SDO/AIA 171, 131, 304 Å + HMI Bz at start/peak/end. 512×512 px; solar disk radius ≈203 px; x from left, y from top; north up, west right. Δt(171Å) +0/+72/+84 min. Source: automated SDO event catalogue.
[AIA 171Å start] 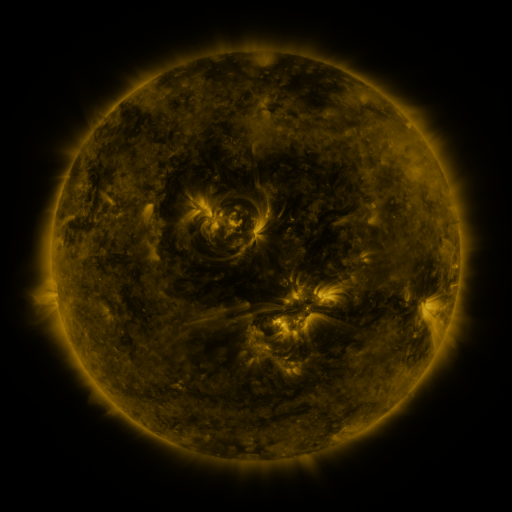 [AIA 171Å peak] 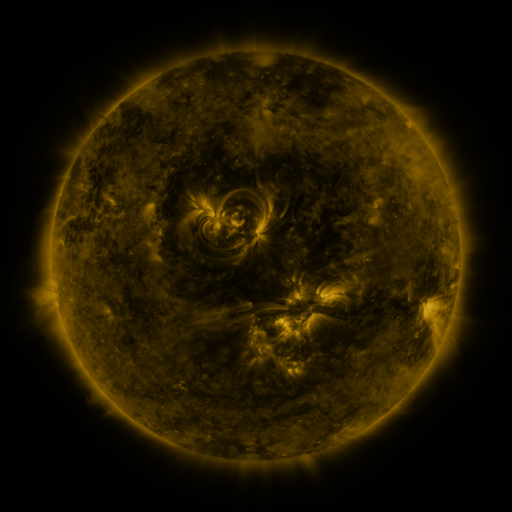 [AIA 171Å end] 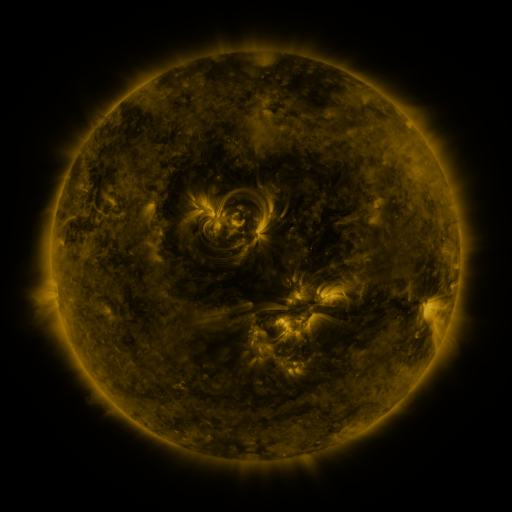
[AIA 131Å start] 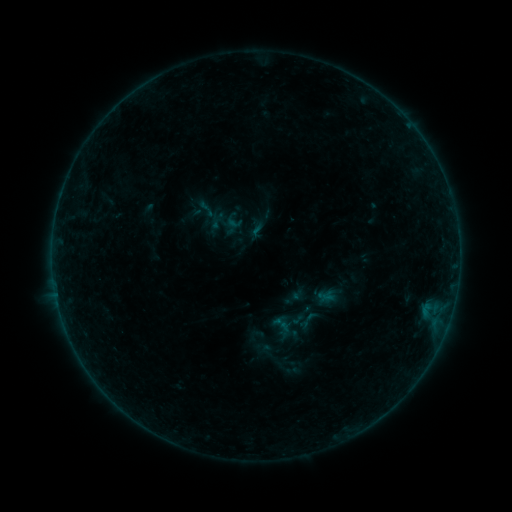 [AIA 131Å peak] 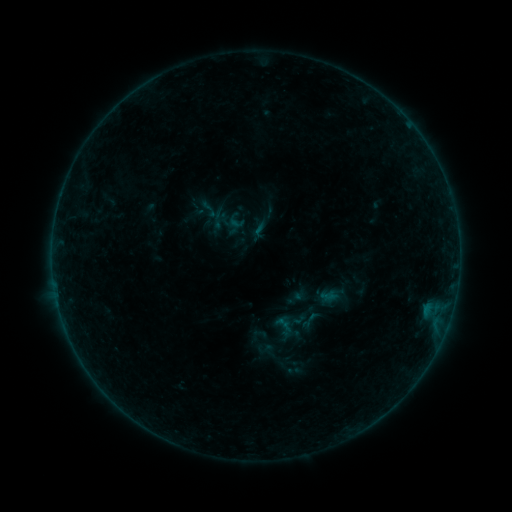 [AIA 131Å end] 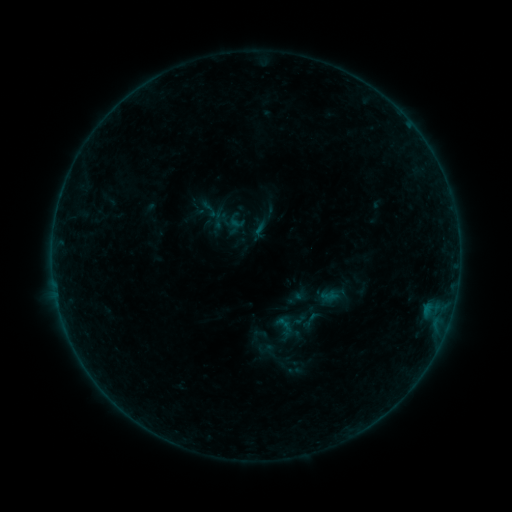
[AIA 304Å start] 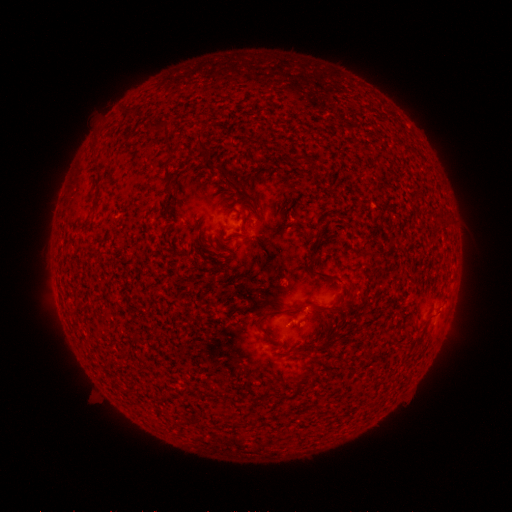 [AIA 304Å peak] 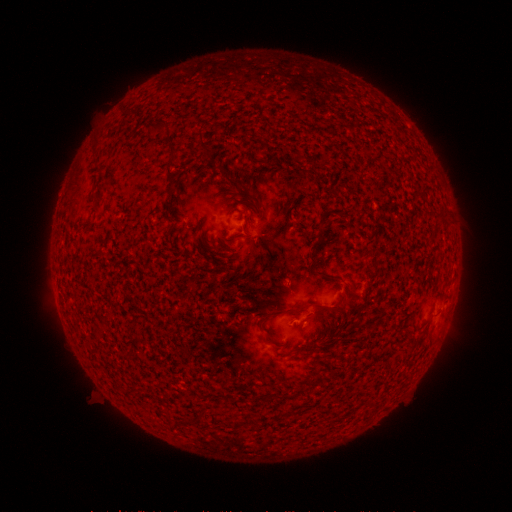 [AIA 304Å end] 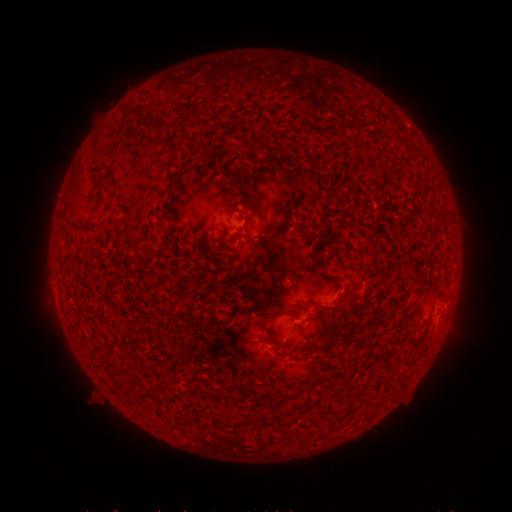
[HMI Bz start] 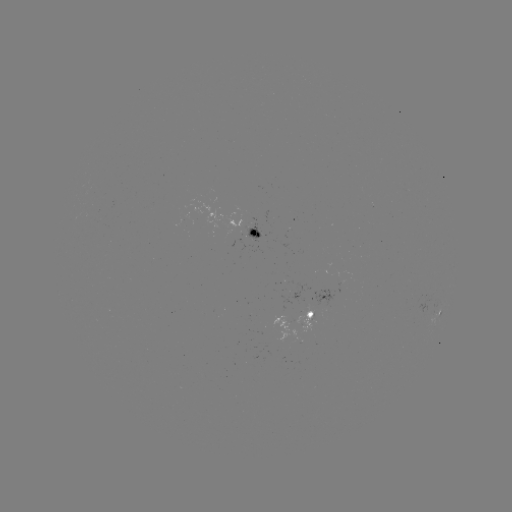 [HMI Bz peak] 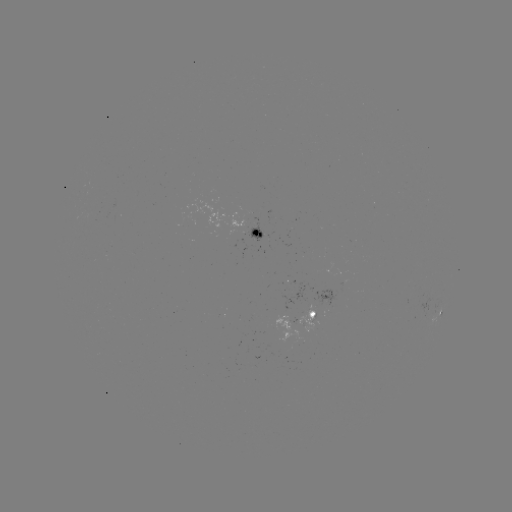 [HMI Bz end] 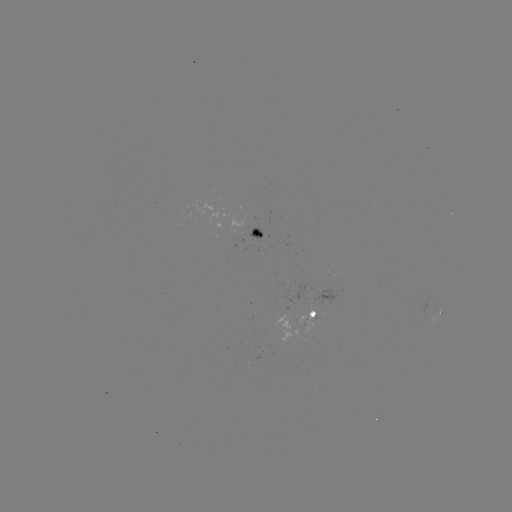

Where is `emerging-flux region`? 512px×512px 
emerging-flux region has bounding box [248, 223, 263, 242].